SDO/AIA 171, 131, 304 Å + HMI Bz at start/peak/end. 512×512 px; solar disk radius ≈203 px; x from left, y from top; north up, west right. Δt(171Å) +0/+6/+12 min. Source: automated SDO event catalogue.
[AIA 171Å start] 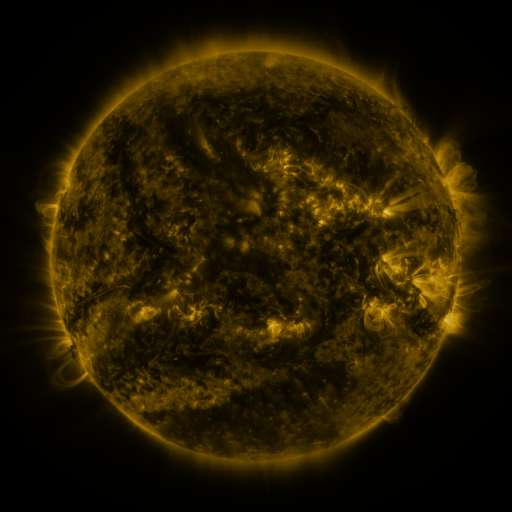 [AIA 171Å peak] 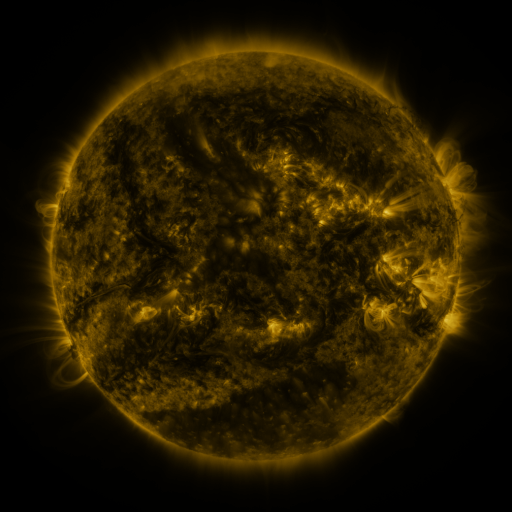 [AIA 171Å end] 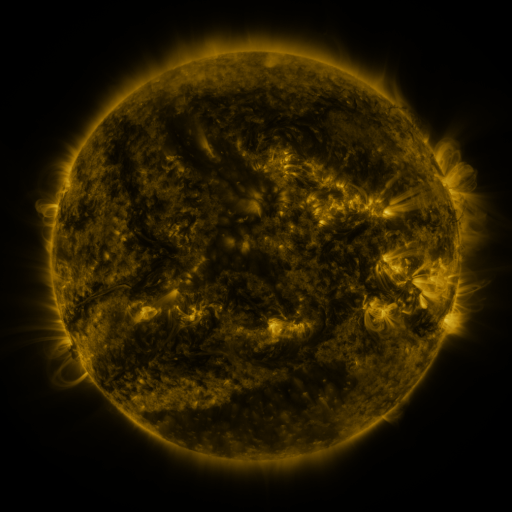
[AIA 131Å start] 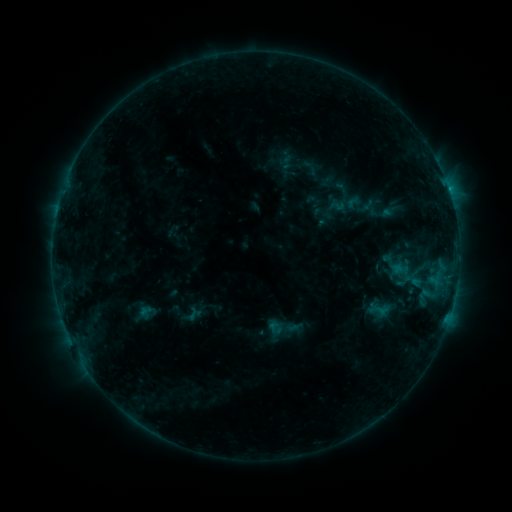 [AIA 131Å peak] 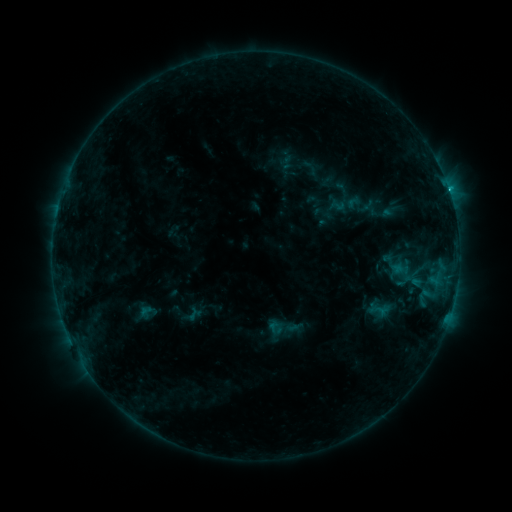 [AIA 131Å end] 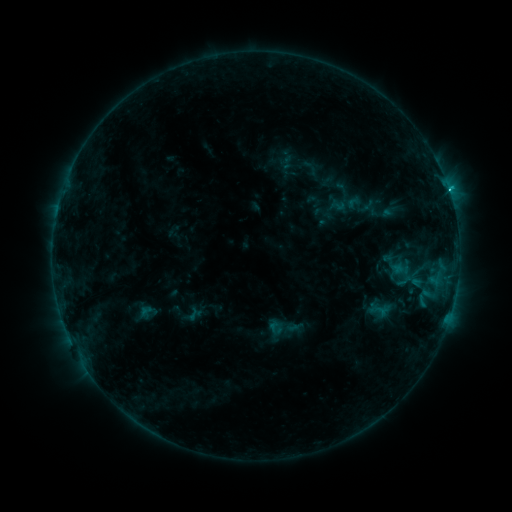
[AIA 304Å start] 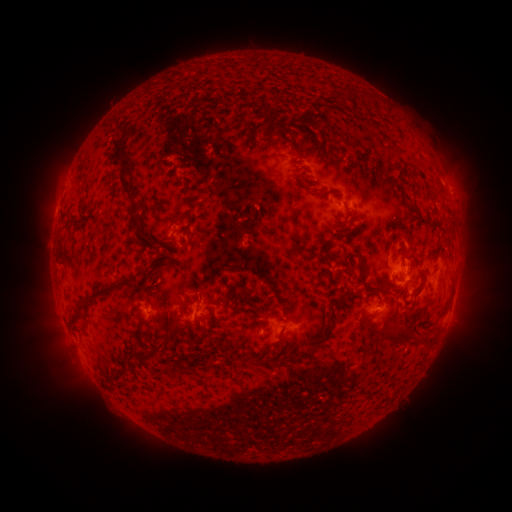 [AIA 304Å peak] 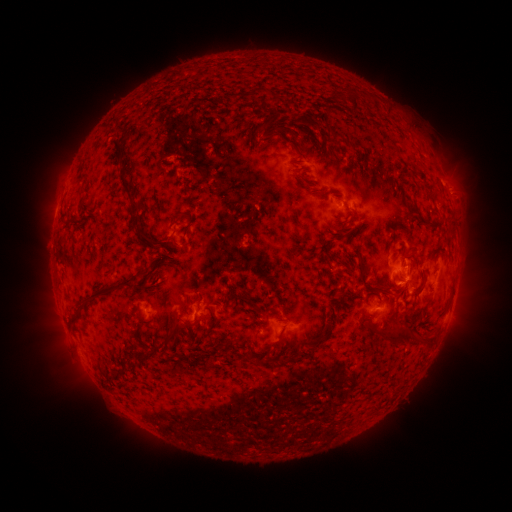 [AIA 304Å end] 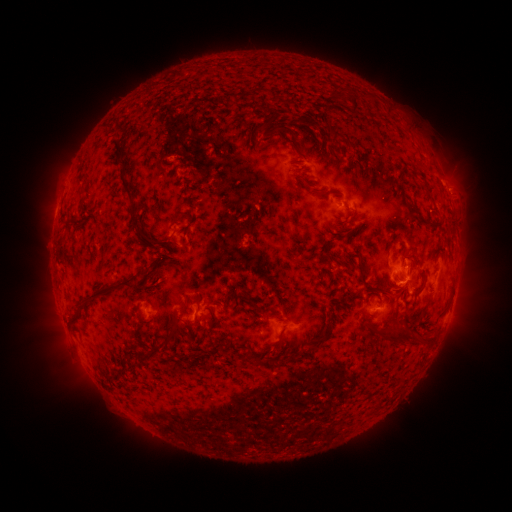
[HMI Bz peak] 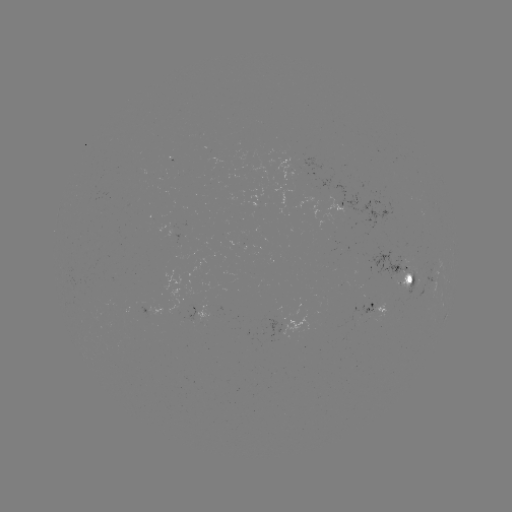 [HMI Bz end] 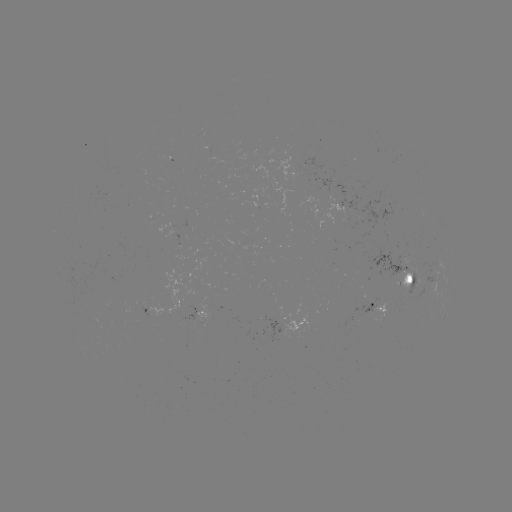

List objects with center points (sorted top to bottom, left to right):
C1.6 flare: (446, 195)
